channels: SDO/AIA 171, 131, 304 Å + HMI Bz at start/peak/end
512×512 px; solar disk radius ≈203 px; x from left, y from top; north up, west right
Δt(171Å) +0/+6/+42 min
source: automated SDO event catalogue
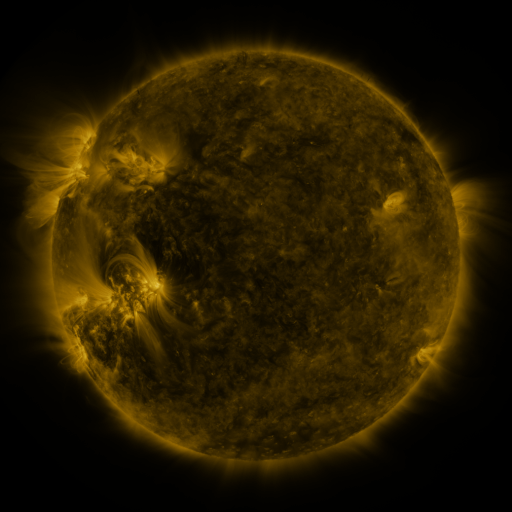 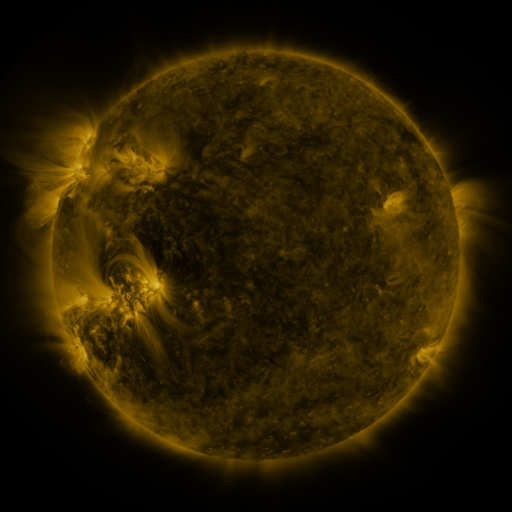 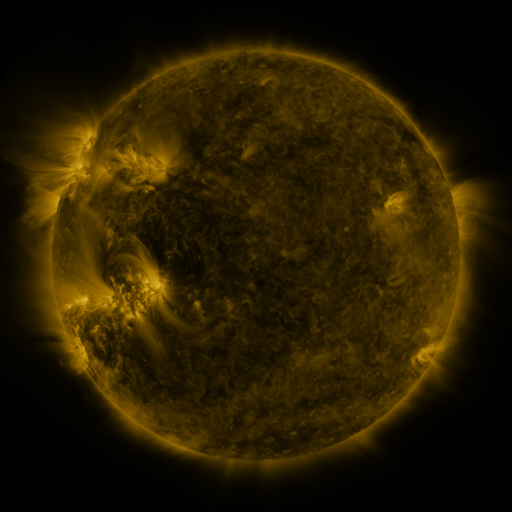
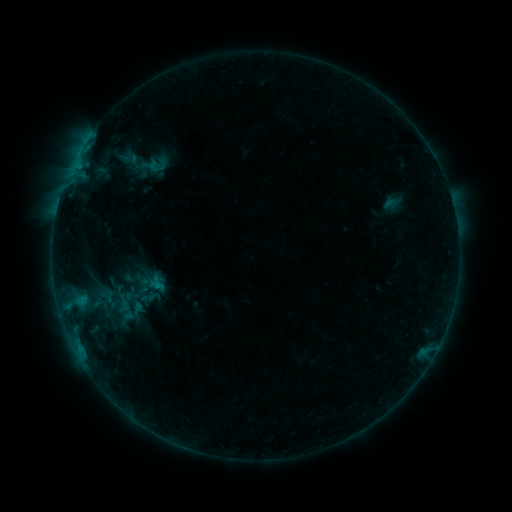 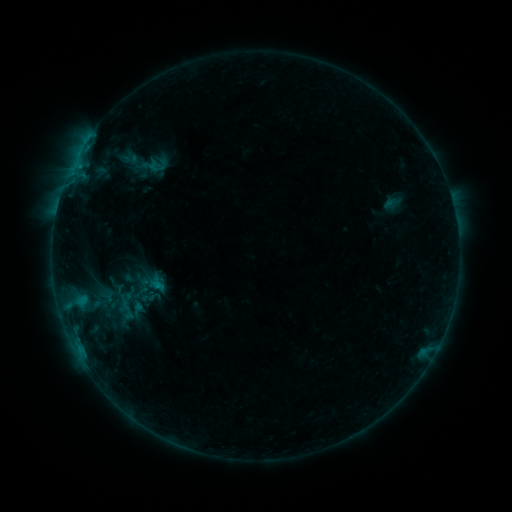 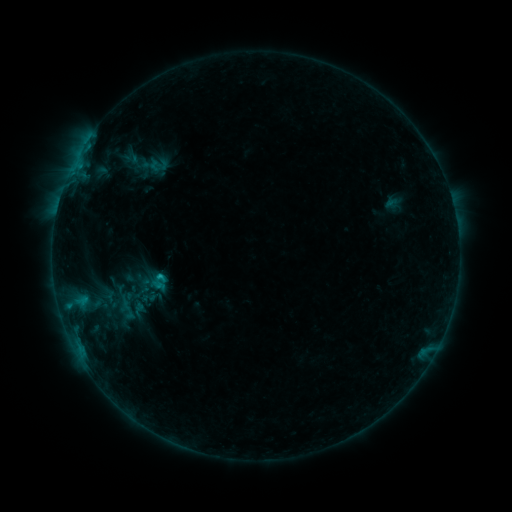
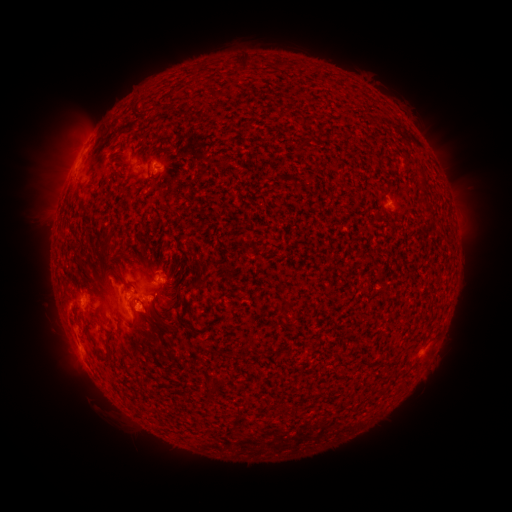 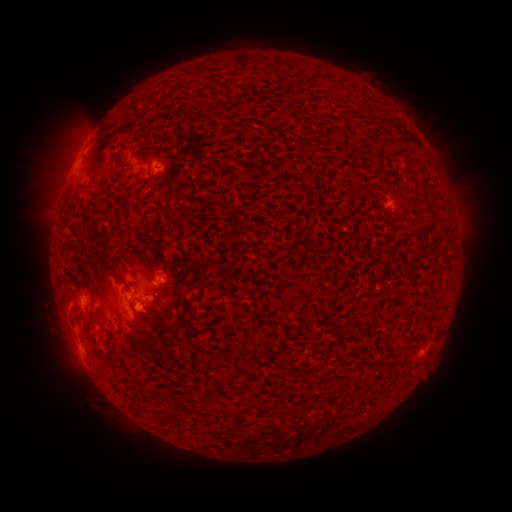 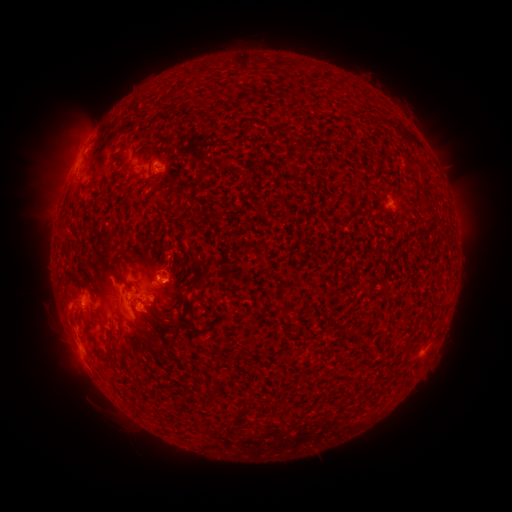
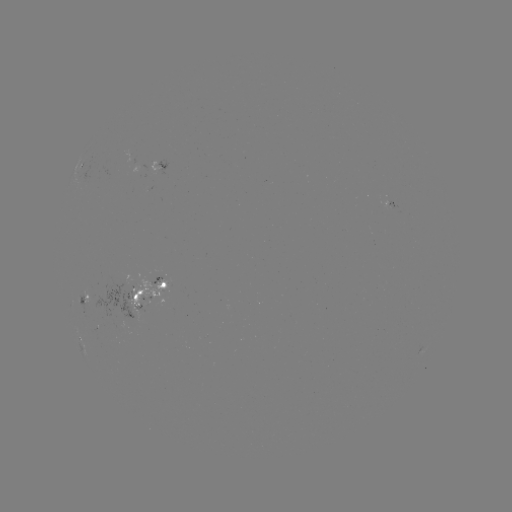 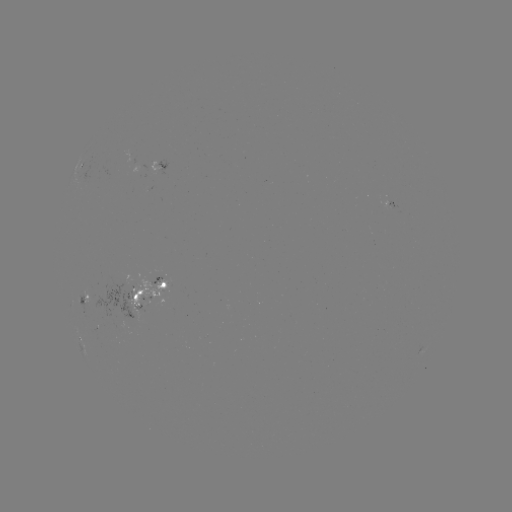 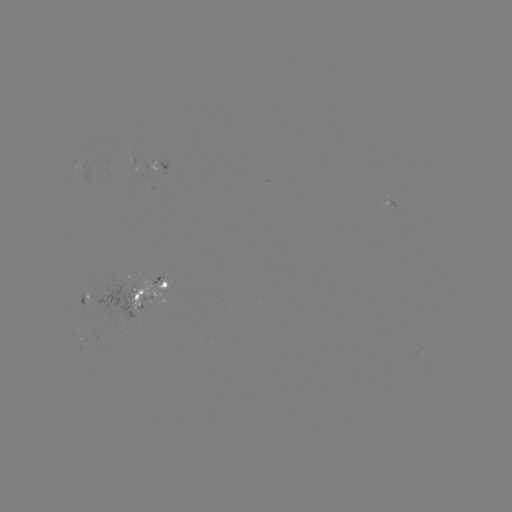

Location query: emerging-flux region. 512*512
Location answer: (129, 296).